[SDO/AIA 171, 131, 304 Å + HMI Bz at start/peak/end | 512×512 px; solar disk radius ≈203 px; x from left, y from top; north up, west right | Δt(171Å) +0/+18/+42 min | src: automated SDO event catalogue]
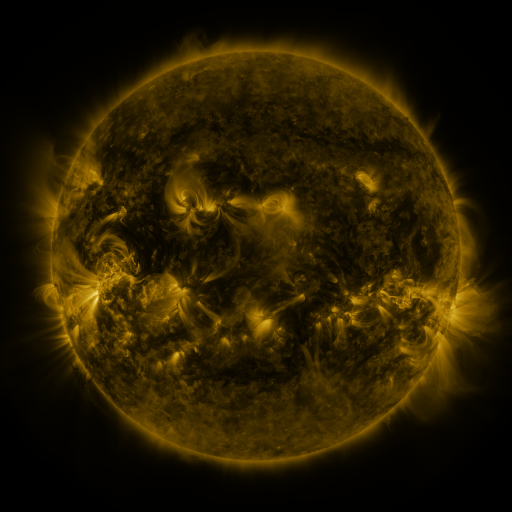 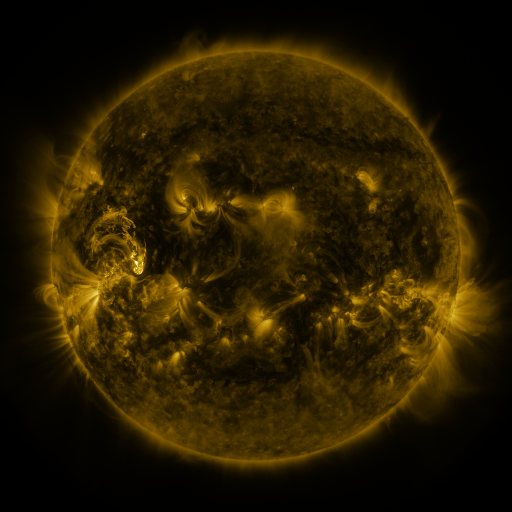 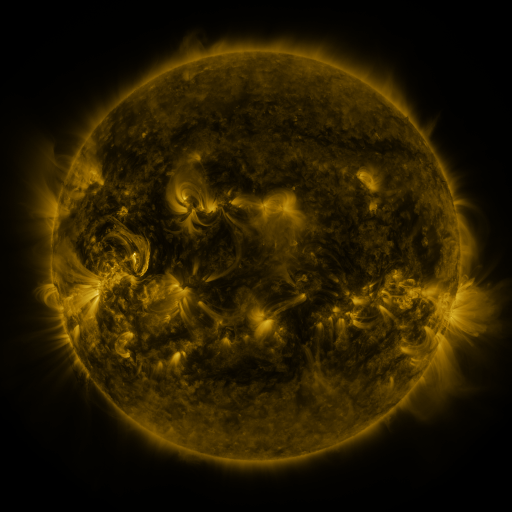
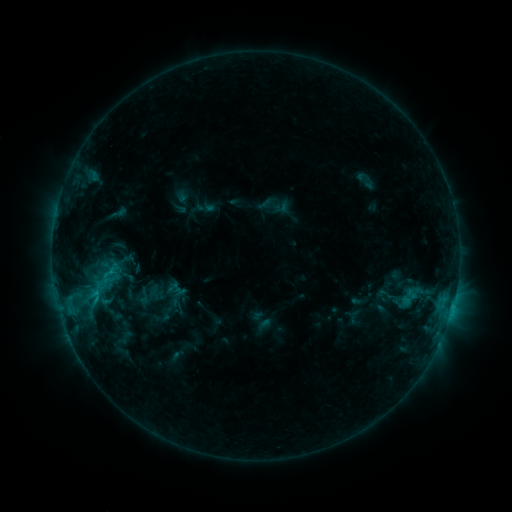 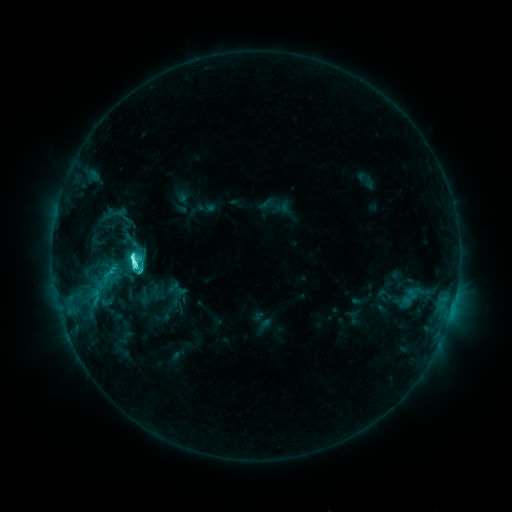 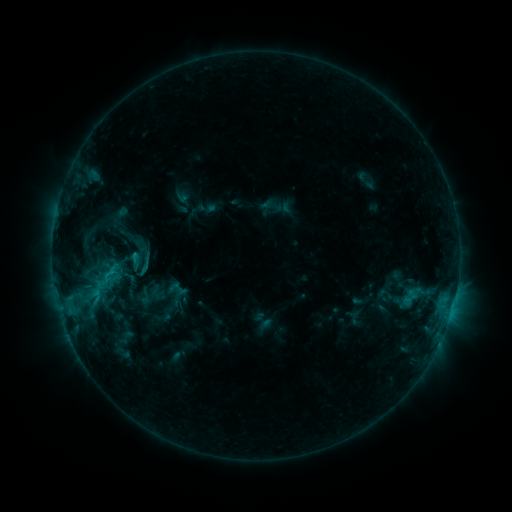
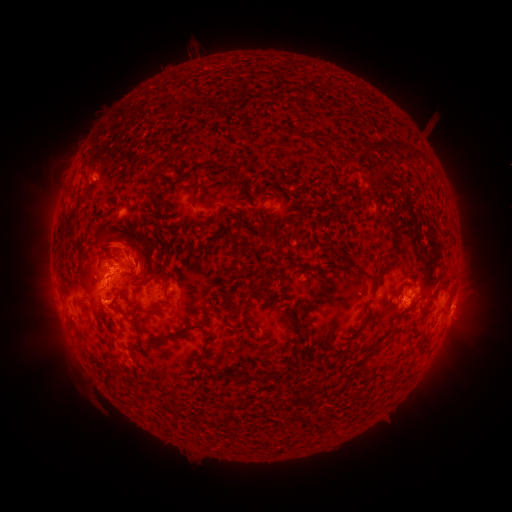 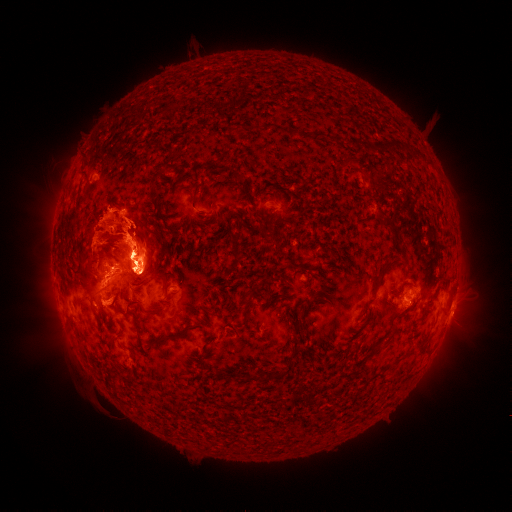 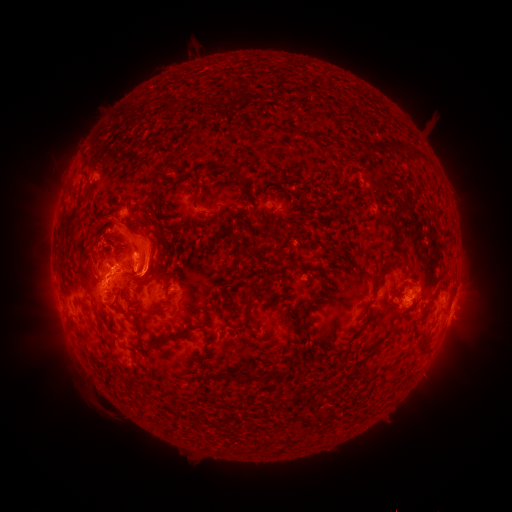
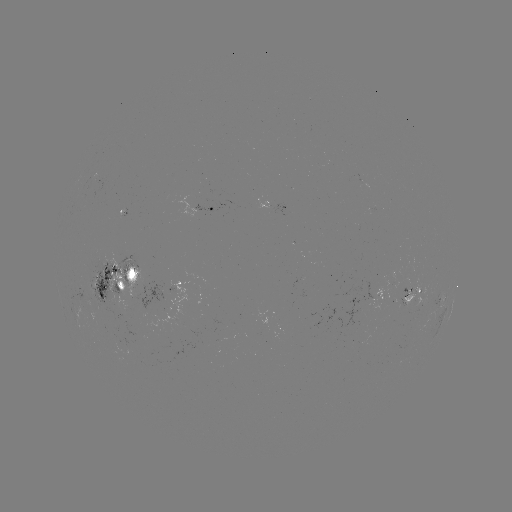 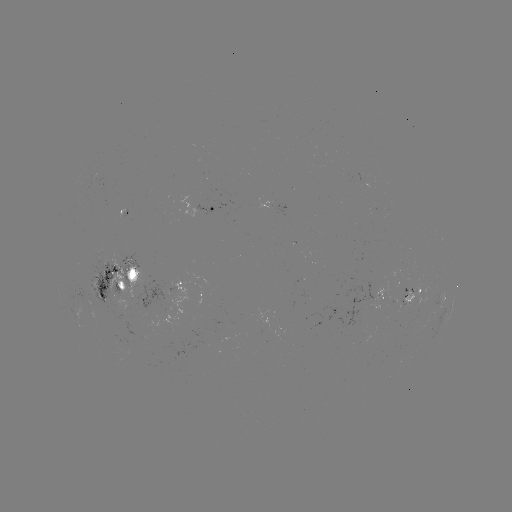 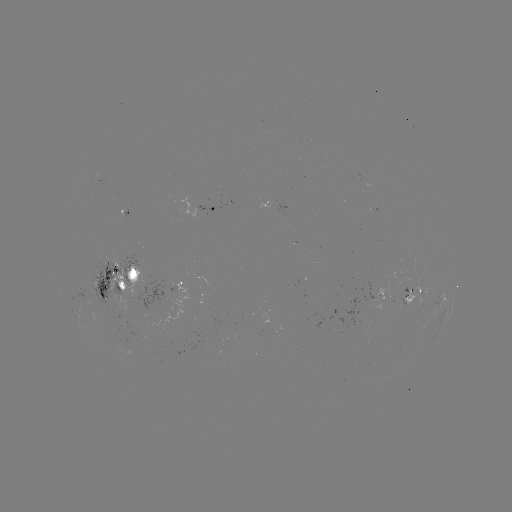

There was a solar eruption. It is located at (117, 237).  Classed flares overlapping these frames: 1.